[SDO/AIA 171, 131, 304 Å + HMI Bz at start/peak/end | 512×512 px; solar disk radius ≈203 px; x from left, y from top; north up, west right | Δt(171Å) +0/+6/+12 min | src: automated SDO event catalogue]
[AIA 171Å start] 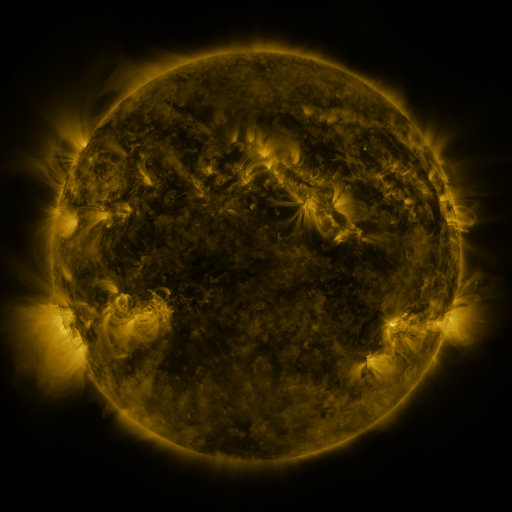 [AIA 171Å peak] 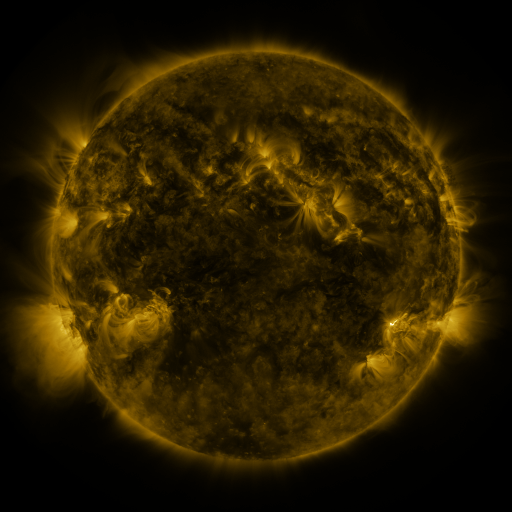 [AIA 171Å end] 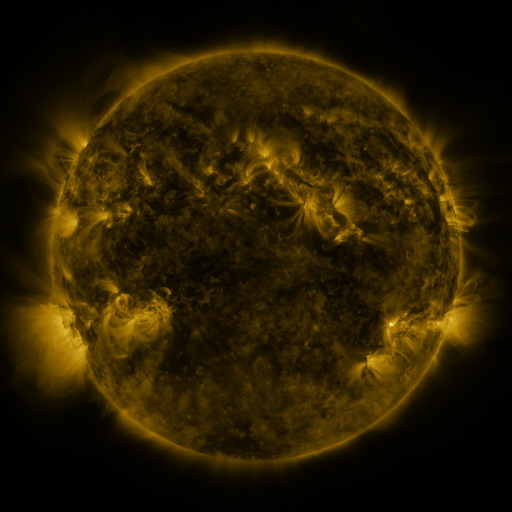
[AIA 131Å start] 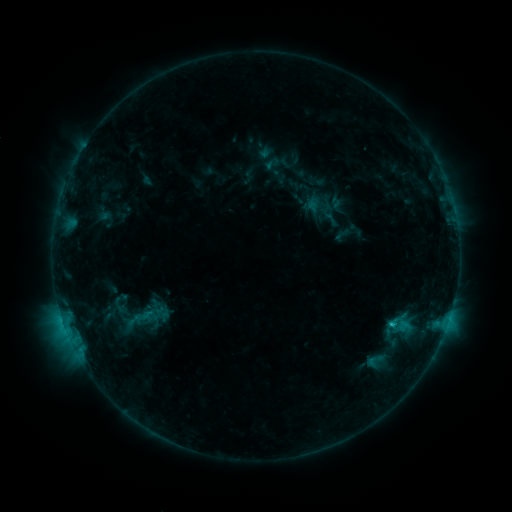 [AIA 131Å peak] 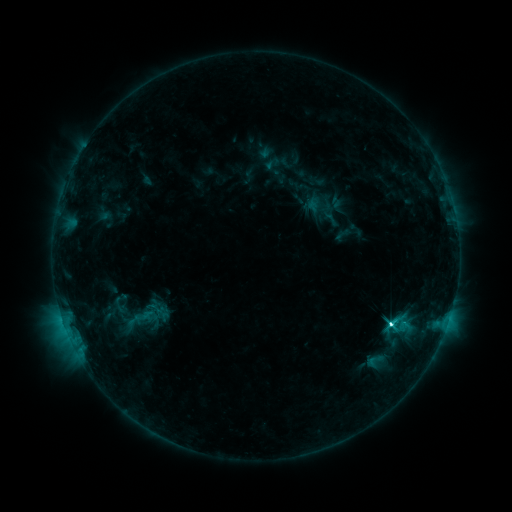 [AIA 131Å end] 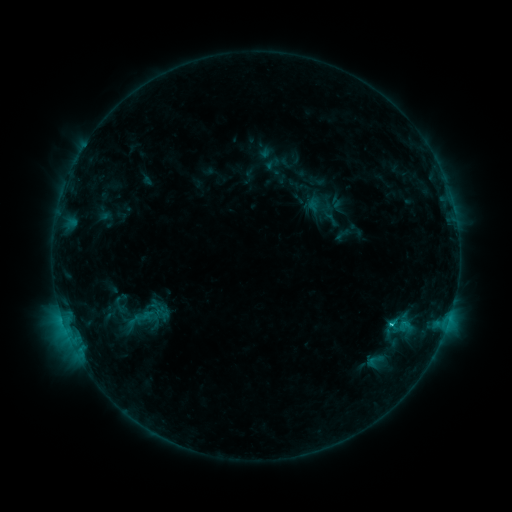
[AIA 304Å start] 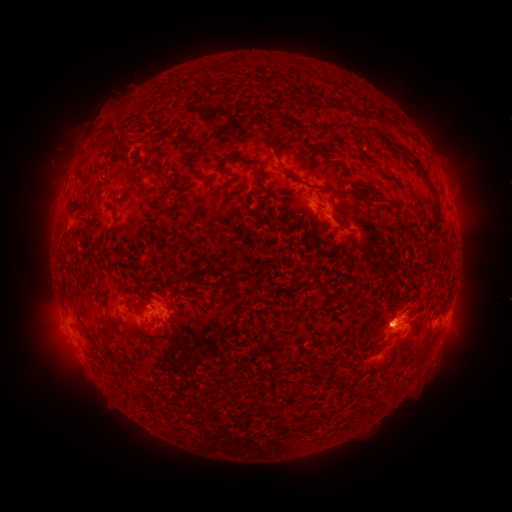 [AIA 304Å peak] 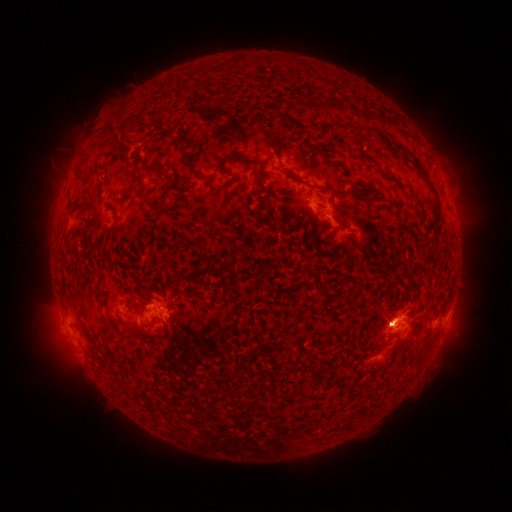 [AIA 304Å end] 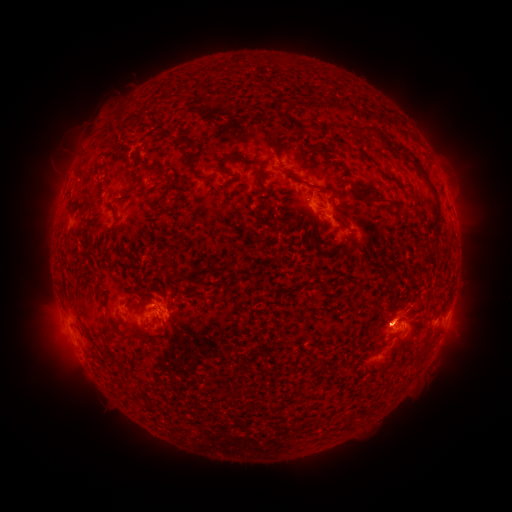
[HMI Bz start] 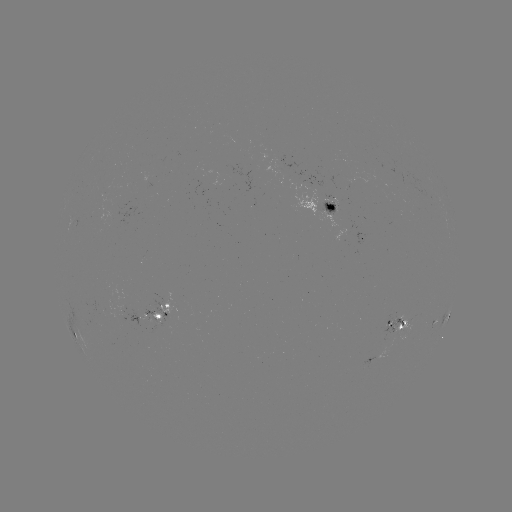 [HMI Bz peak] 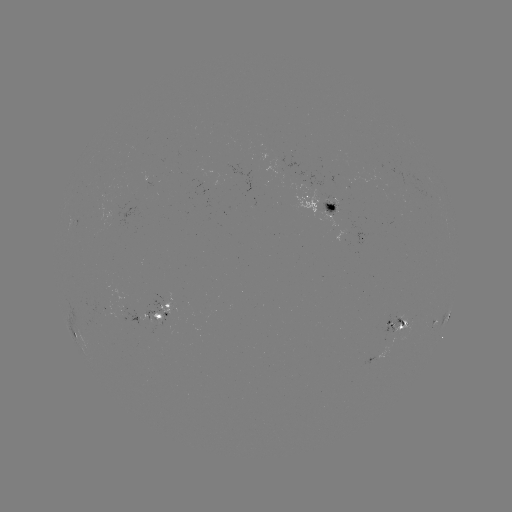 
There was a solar flare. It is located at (390, 323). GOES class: C4.0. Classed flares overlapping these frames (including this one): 1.